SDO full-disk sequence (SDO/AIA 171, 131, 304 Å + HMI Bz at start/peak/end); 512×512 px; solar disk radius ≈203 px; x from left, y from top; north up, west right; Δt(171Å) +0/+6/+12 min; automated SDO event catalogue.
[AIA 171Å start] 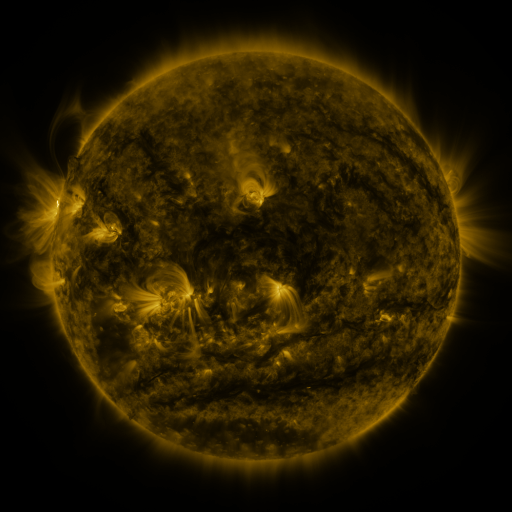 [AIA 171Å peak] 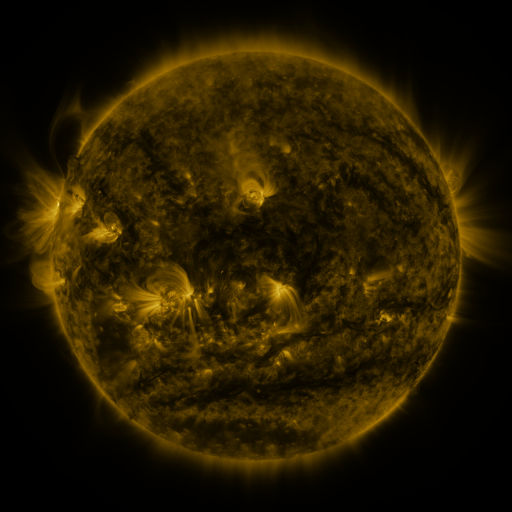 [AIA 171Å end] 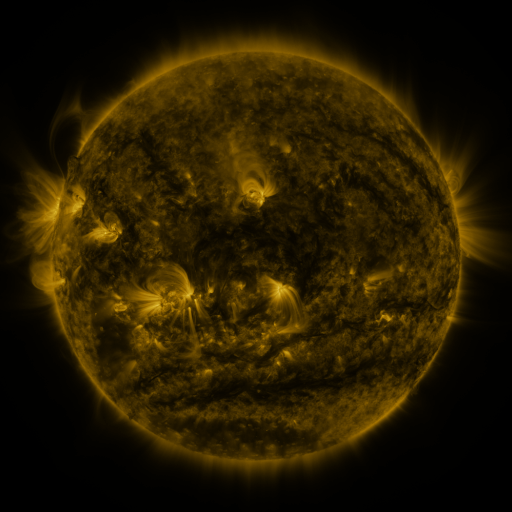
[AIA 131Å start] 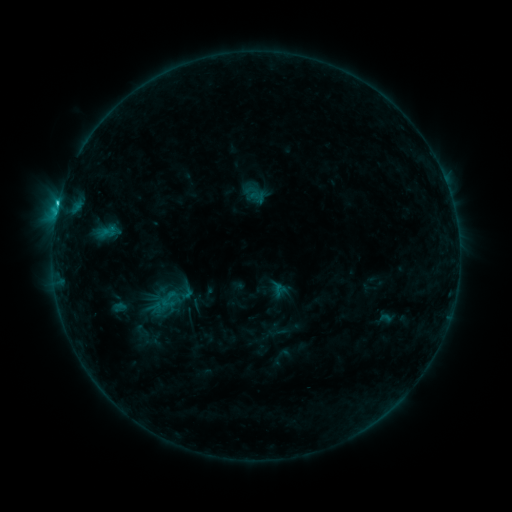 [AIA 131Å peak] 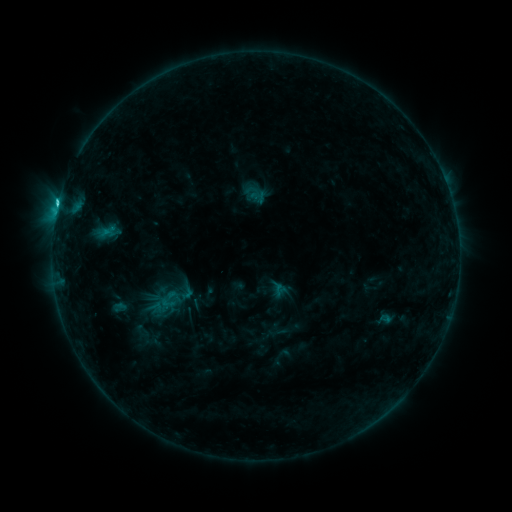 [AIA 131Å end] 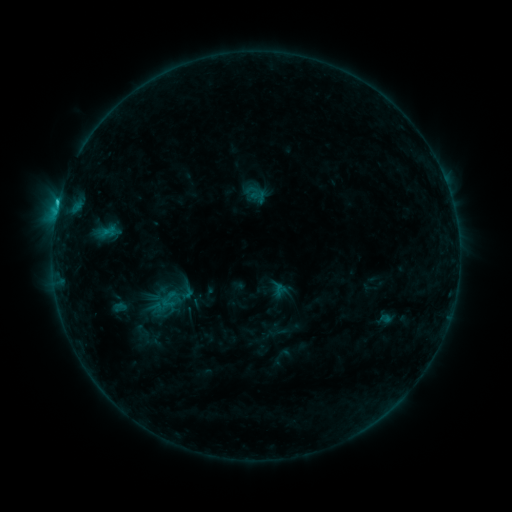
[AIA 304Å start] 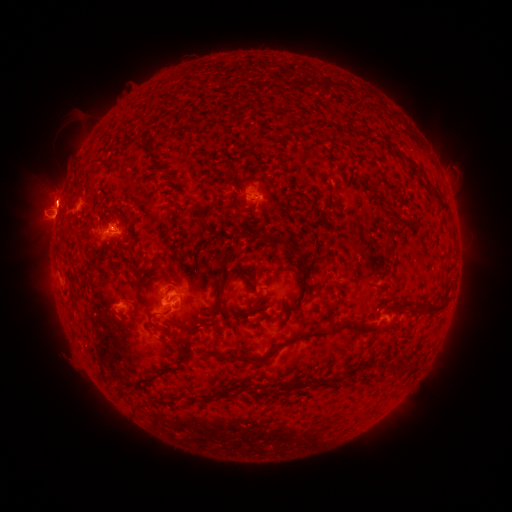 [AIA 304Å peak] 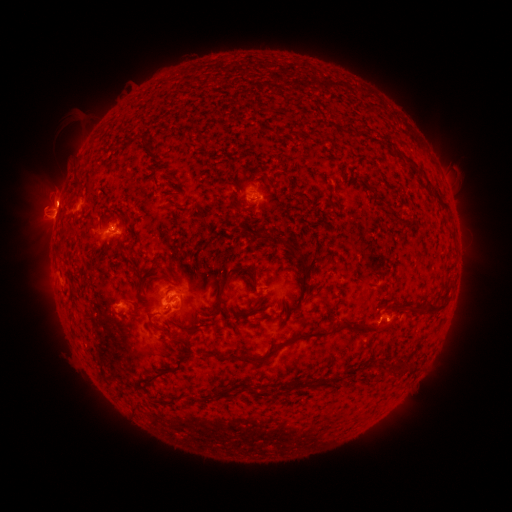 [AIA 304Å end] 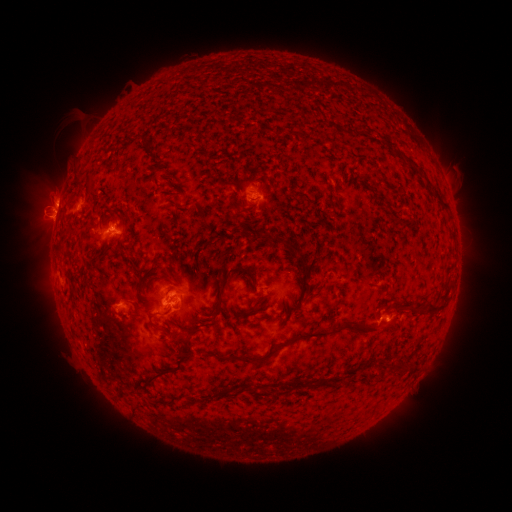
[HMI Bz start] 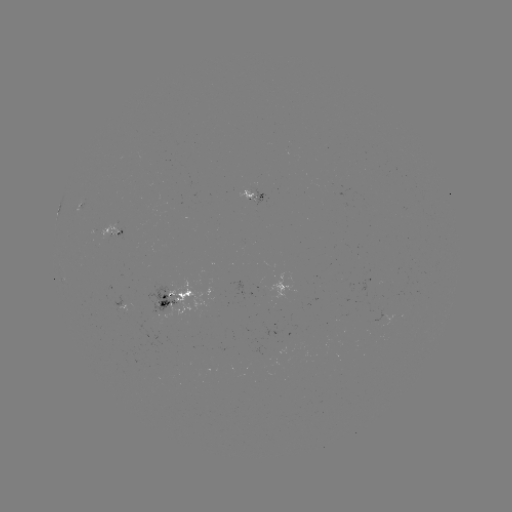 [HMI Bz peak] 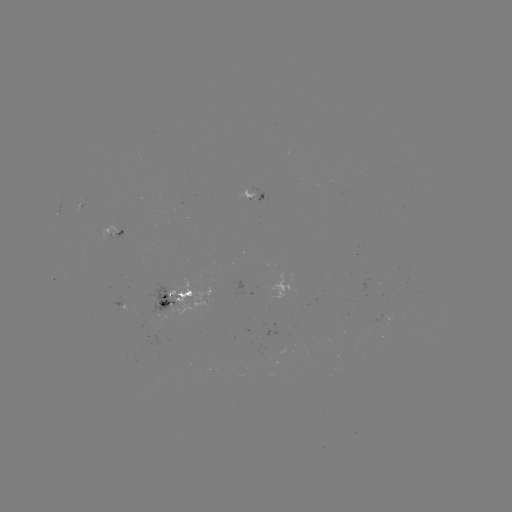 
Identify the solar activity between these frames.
C1.7 flare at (385, 319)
